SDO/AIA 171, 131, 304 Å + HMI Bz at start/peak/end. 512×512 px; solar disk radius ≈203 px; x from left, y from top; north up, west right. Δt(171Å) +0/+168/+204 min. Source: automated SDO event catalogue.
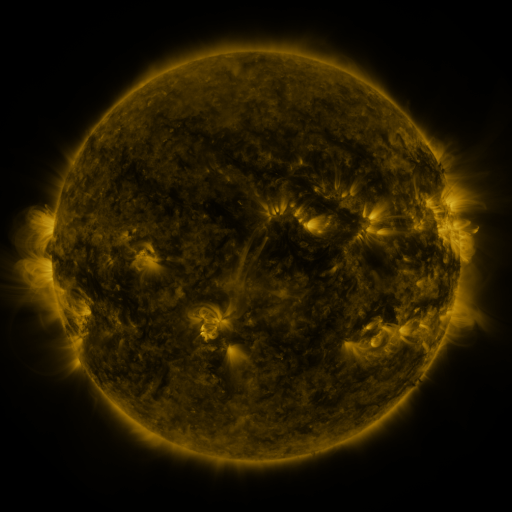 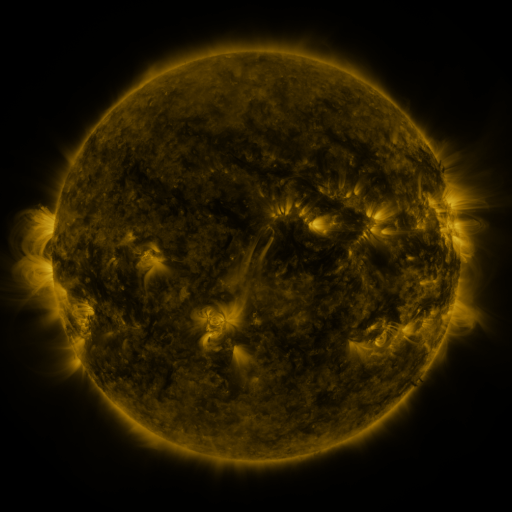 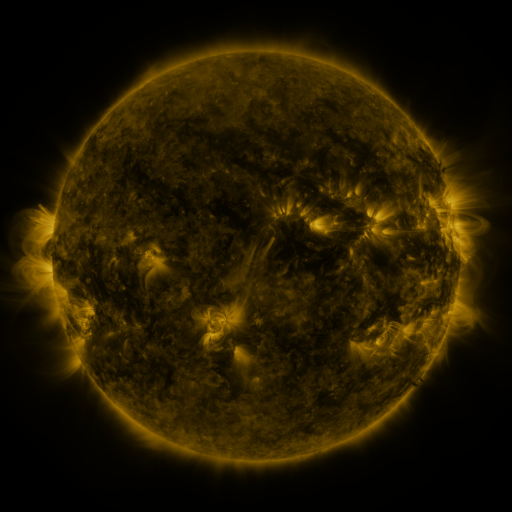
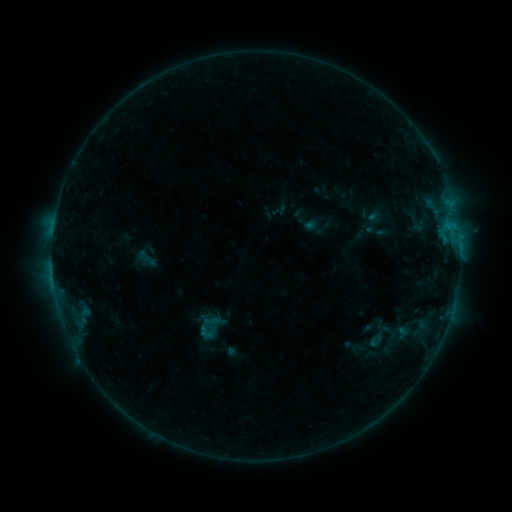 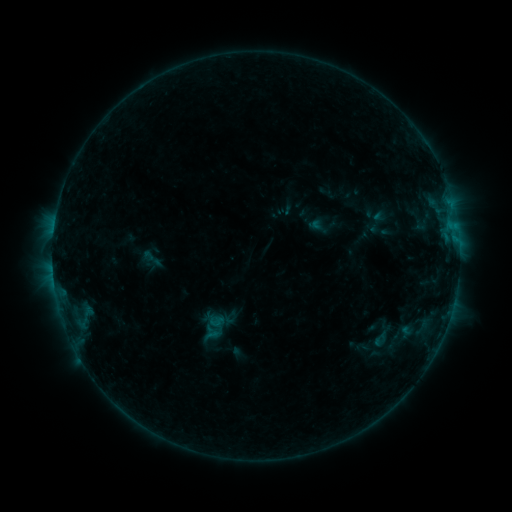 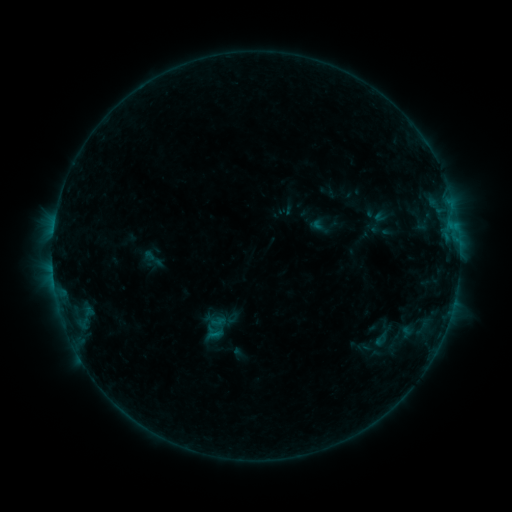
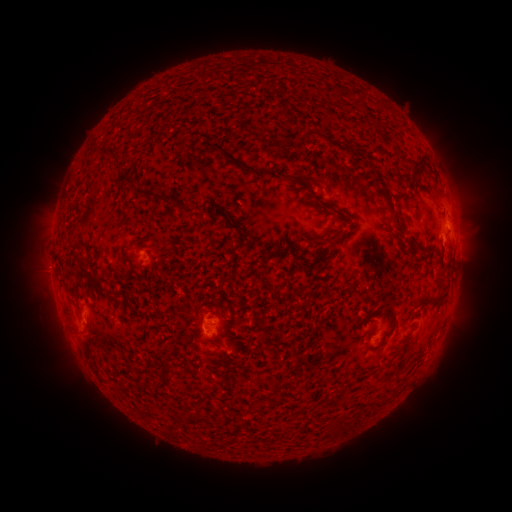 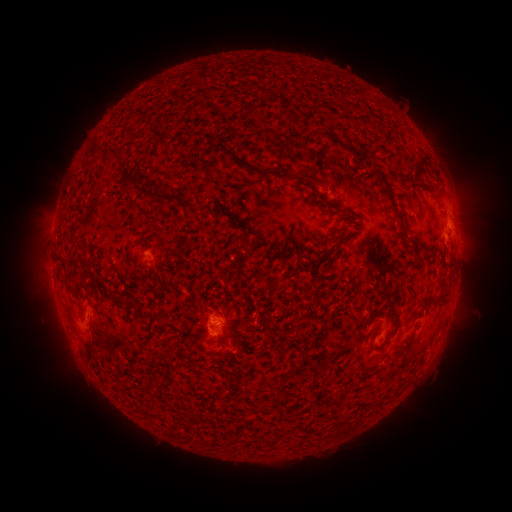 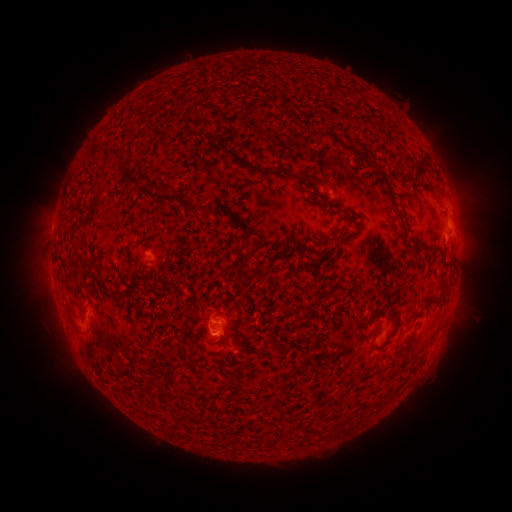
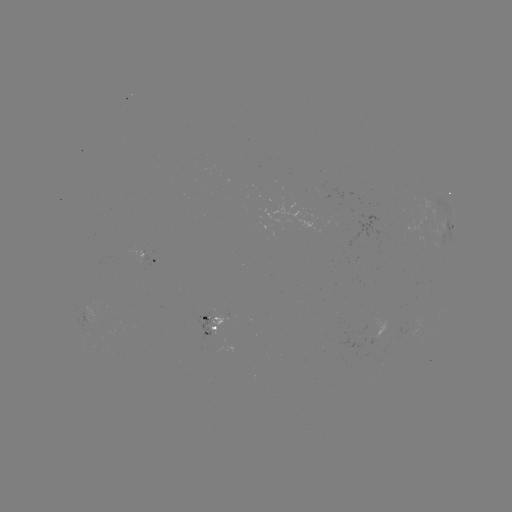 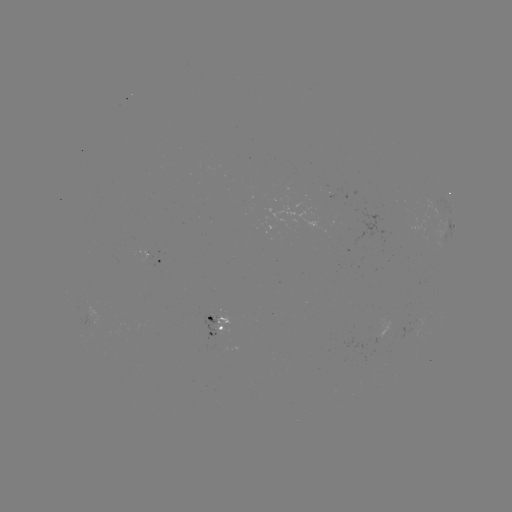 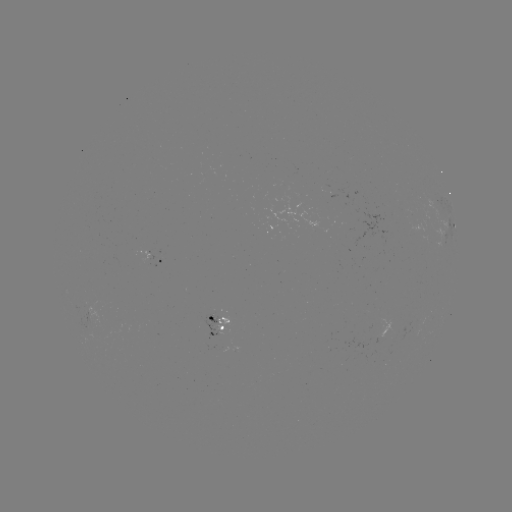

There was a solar emerging-flux region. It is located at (217, 318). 